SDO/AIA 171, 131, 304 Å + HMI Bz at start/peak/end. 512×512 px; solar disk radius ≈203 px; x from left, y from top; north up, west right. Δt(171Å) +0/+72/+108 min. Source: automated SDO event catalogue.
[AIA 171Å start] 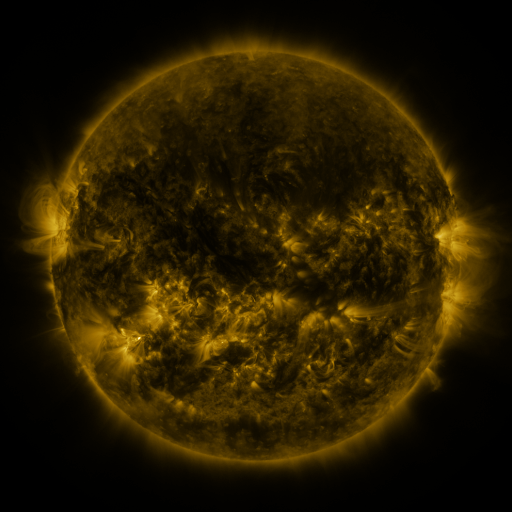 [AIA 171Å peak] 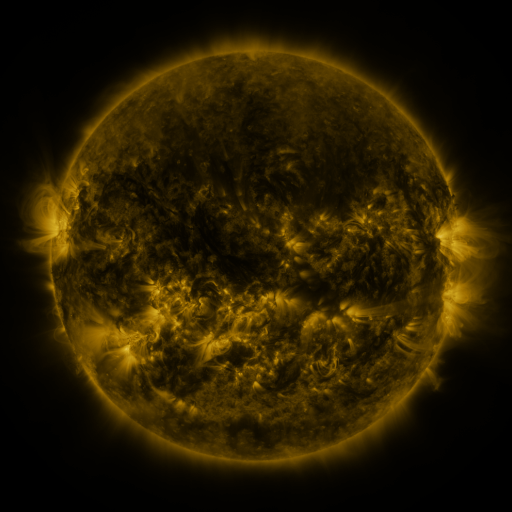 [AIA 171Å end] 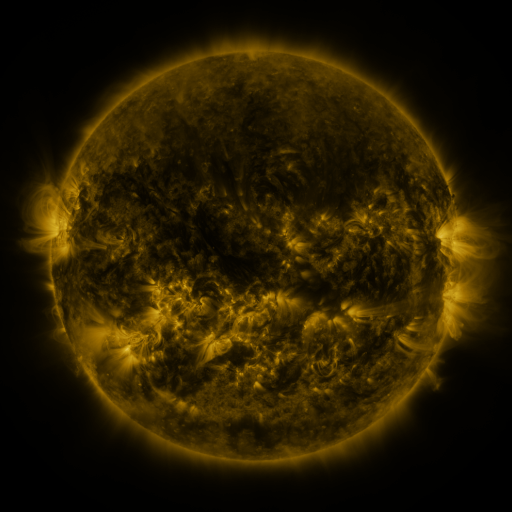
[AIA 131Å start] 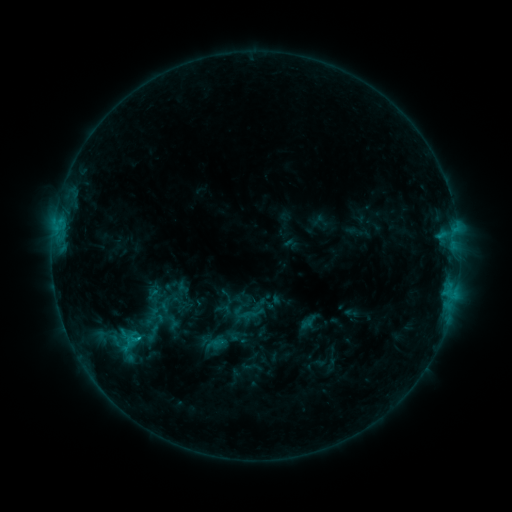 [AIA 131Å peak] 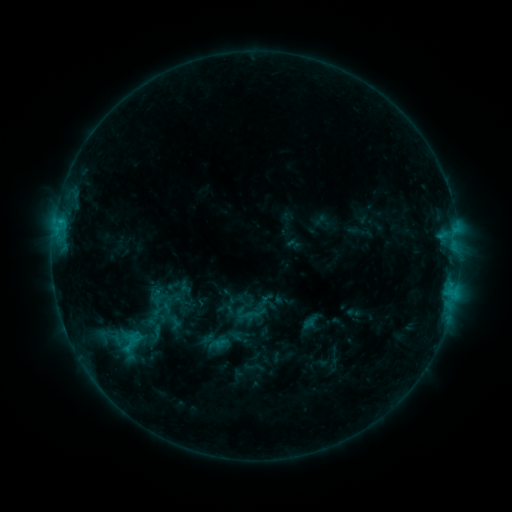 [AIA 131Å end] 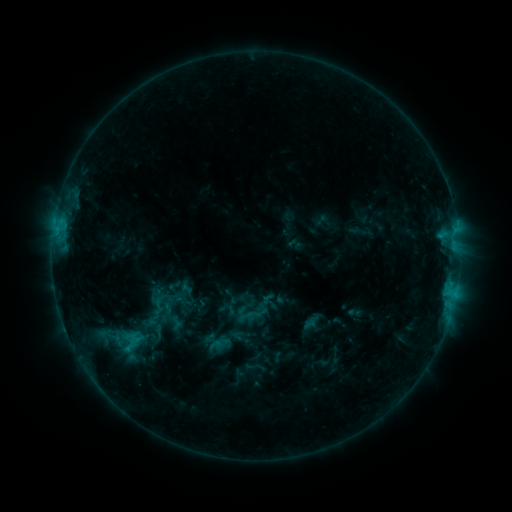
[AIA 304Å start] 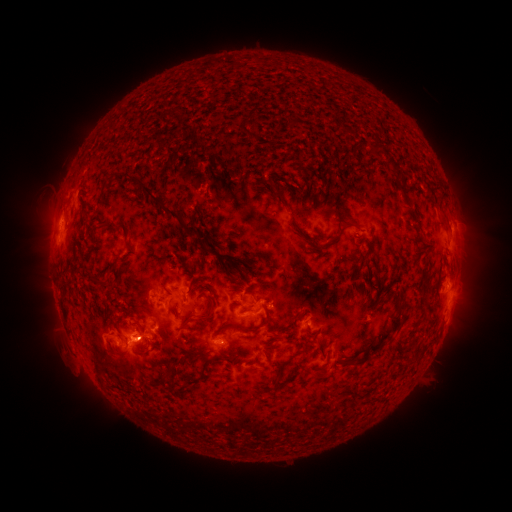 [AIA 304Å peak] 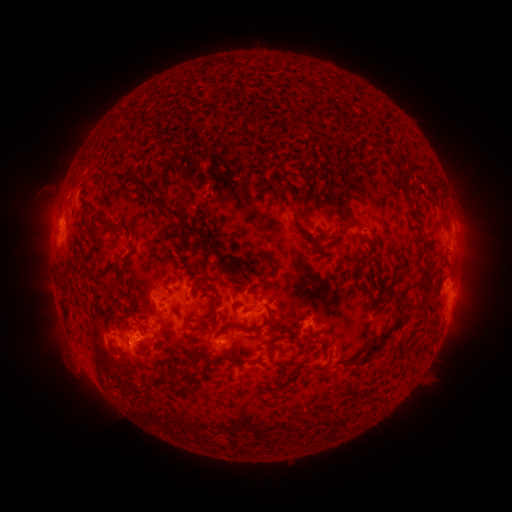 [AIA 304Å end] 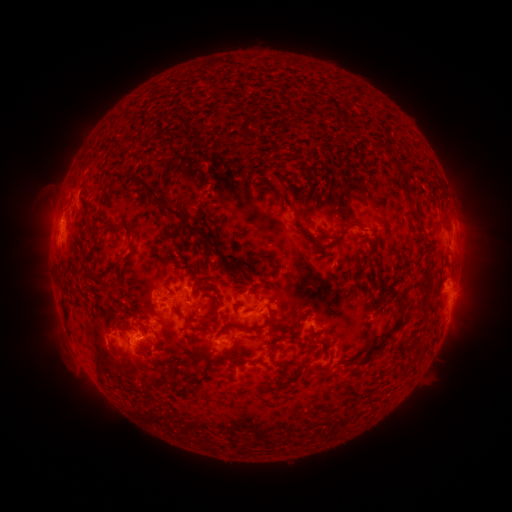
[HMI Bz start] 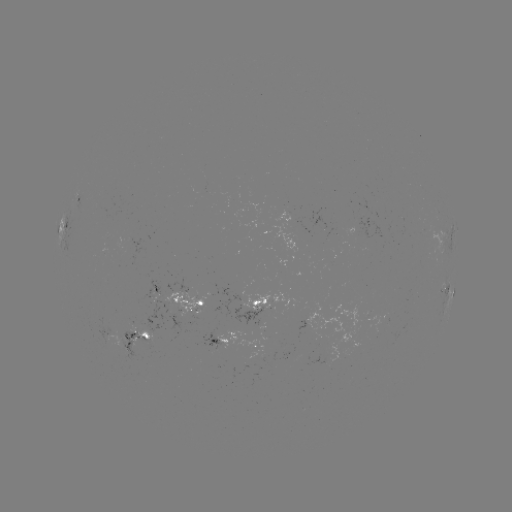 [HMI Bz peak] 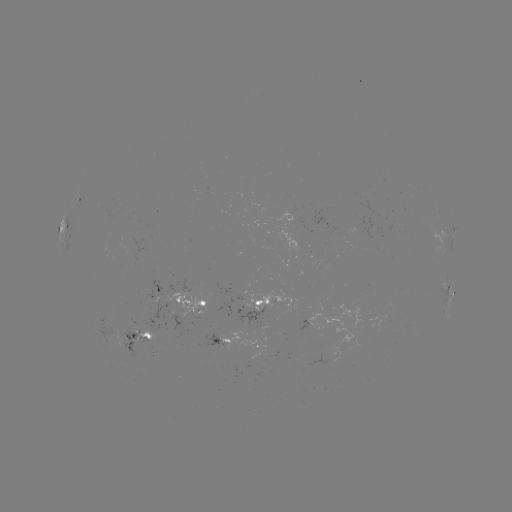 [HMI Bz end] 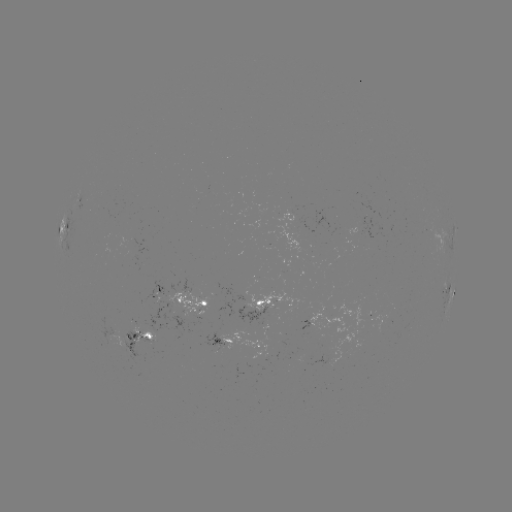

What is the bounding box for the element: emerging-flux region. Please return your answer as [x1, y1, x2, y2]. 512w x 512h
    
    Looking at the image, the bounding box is [125, 324, 158, 352].